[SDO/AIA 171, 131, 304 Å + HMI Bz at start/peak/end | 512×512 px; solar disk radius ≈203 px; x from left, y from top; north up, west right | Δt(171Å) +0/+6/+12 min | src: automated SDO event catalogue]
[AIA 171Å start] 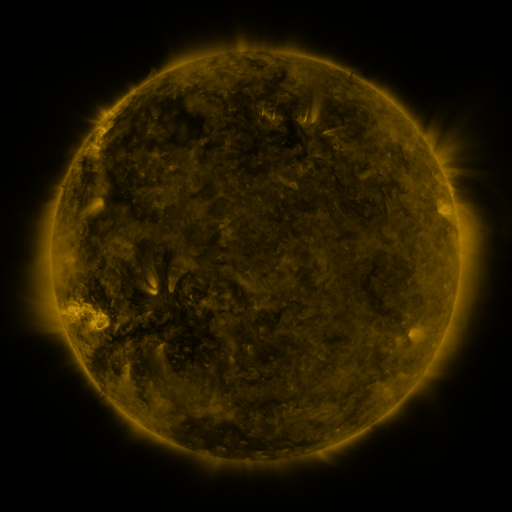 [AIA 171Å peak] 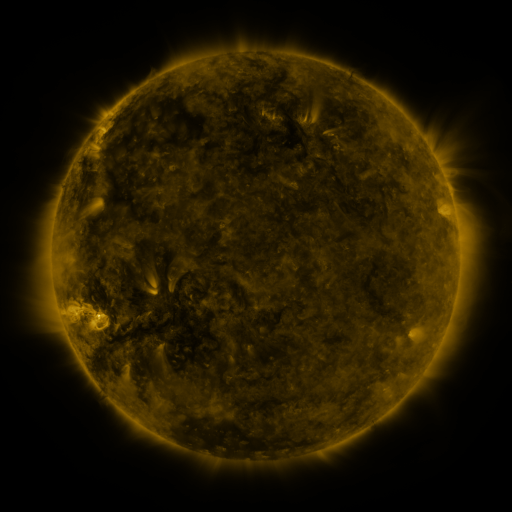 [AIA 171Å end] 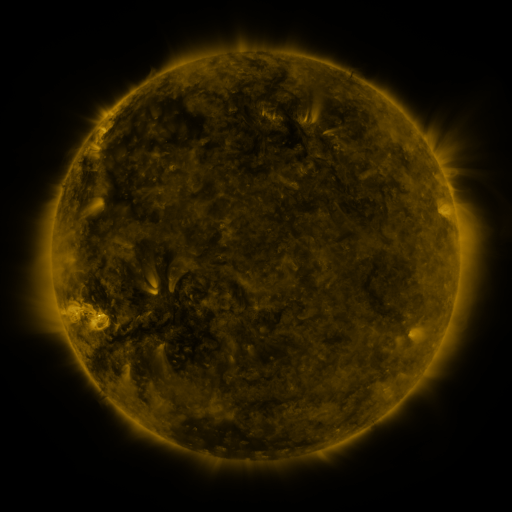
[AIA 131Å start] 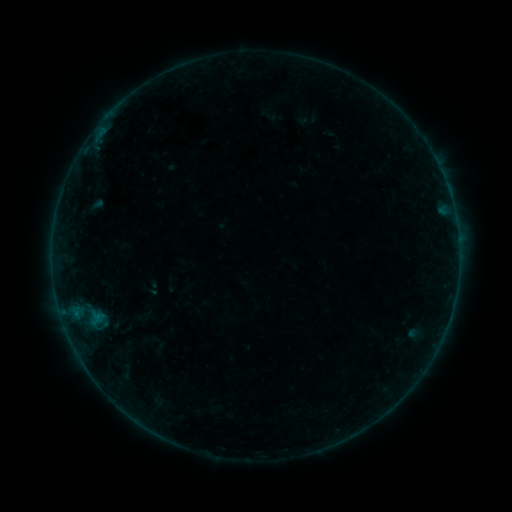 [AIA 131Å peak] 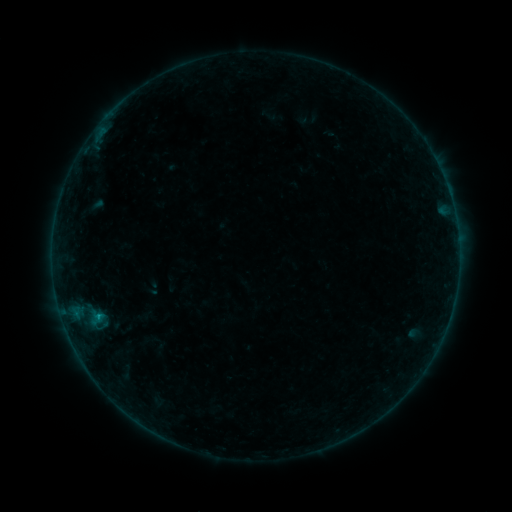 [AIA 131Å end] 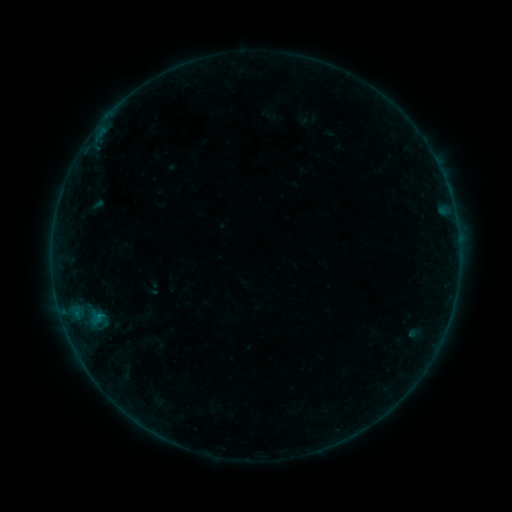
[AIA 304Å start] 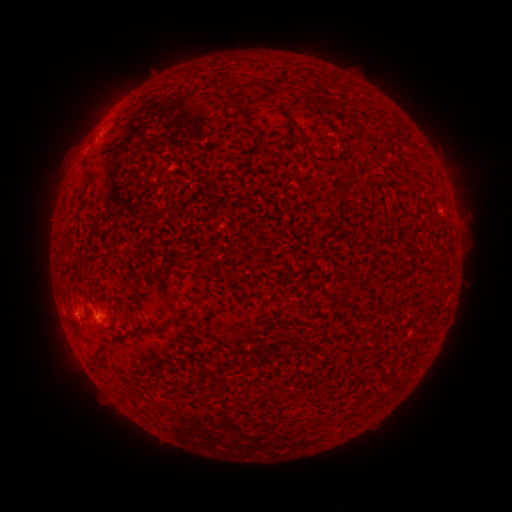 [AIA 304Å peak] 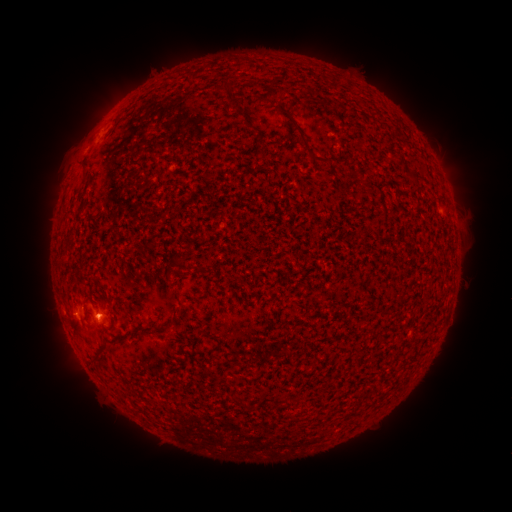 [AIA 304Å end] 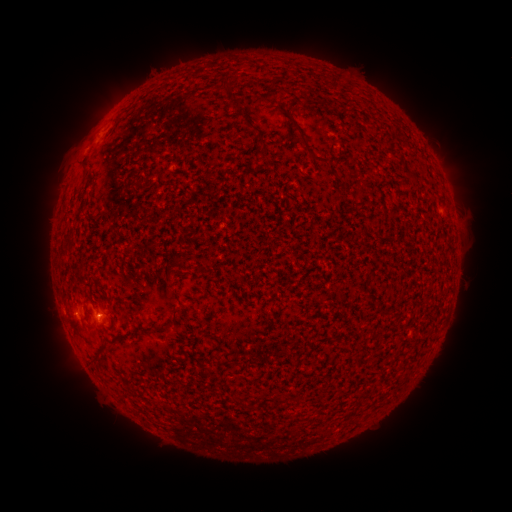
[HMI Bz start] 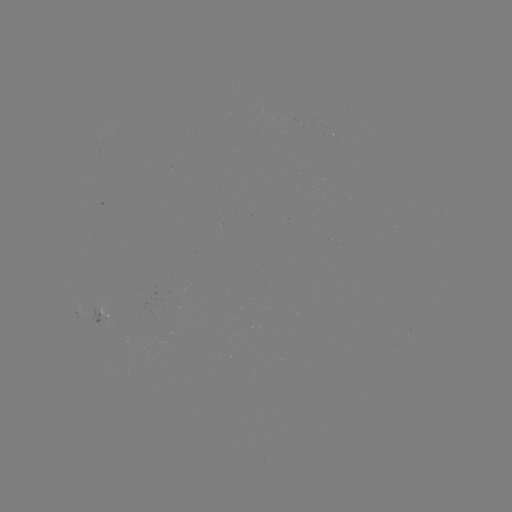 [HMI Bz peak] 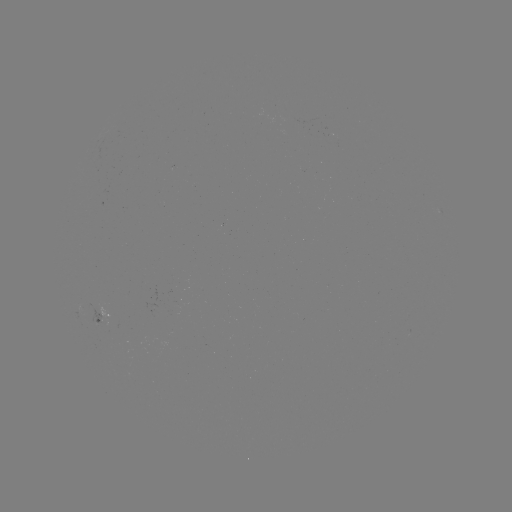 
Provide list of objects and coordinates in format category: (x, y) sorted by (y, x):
B2.8 flare: (99, 314)
